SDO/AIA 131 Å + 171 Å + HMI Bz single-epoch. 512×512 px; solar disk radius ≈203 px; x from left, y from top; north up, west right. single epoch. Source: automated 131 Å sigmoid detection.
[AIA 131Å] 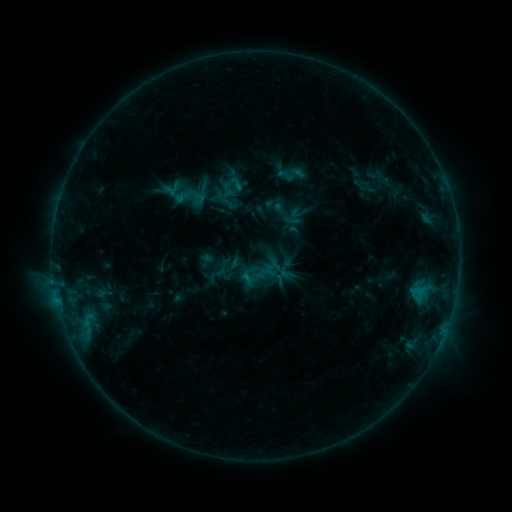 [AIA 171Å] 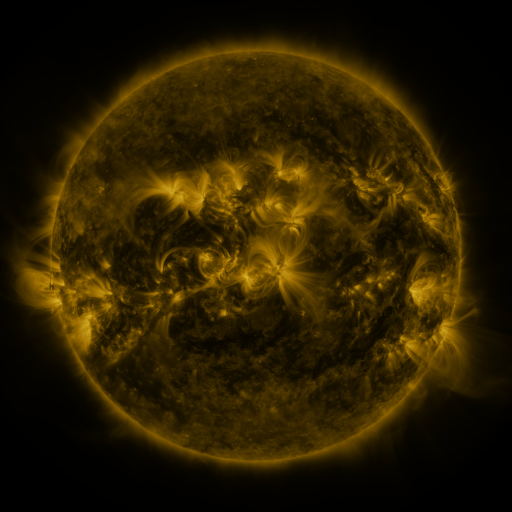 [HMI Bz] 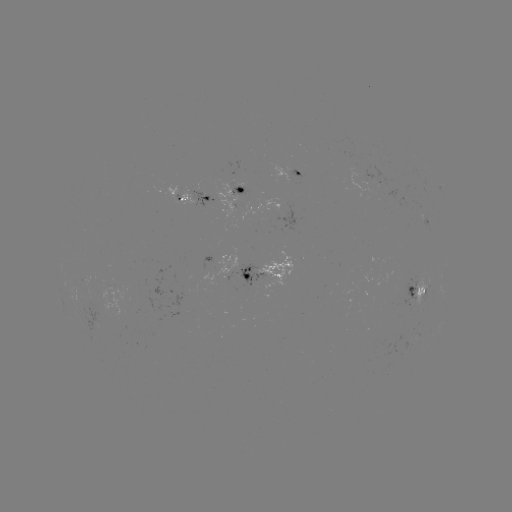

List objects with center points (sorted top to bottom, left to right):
sigmoid: <bbox>221, 180, 239, 198</bbox>
sigmoid: <bbox>269, 200, 296, 226</bbox>
